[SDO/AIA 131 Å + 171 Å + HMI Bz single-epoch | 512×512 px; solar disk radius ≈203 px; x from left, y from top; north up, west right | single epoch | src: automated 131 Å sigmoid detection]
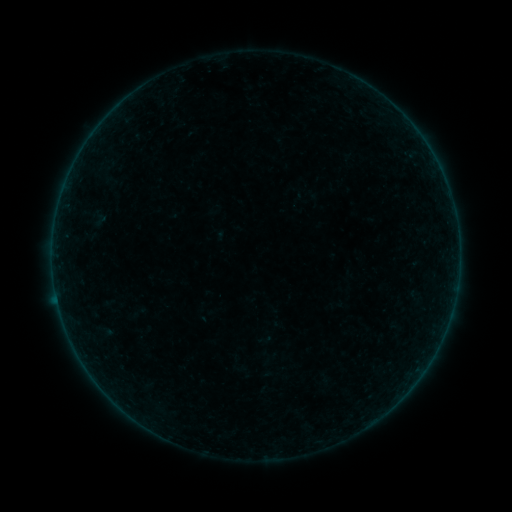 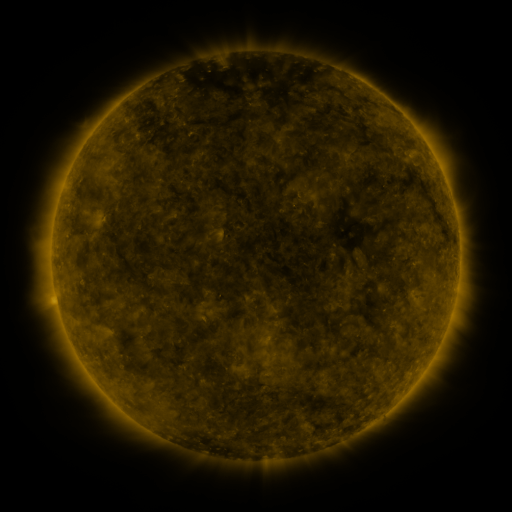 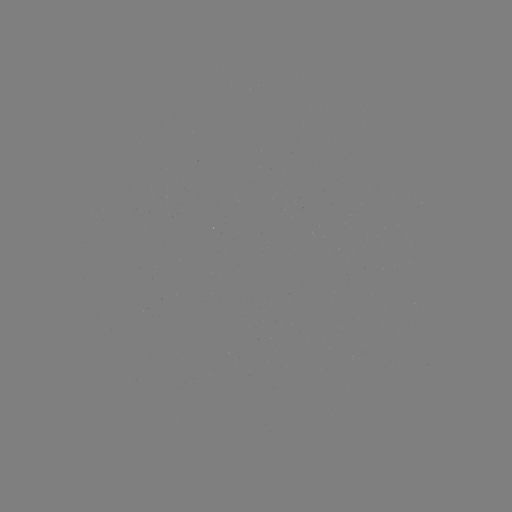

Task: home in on sigmoid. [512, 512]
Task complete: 100,220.